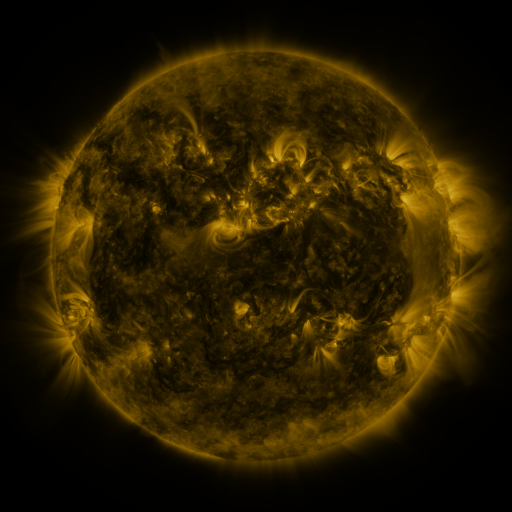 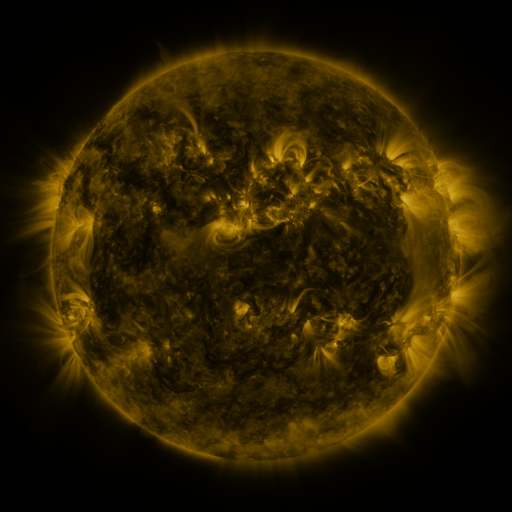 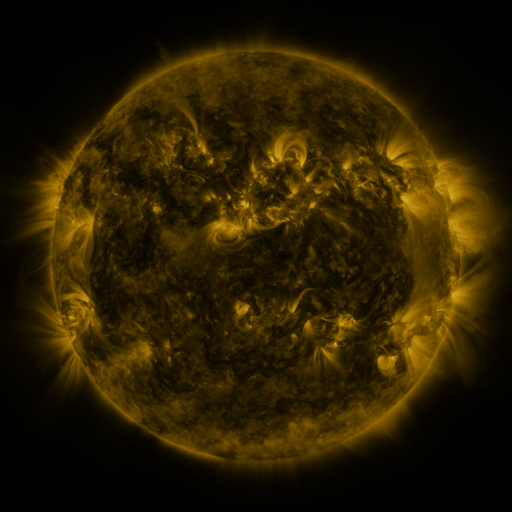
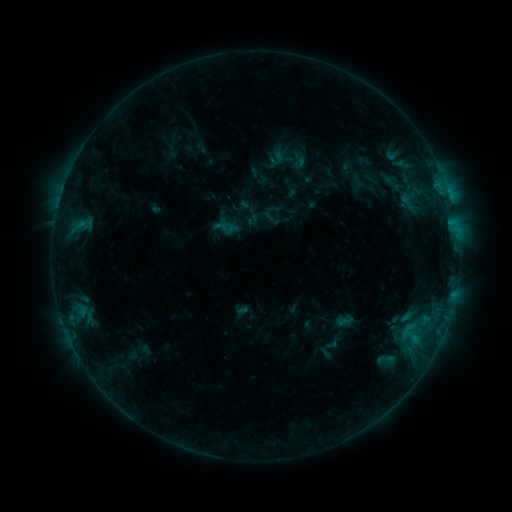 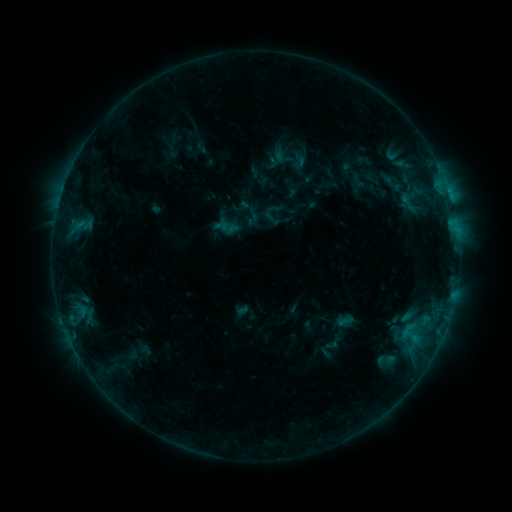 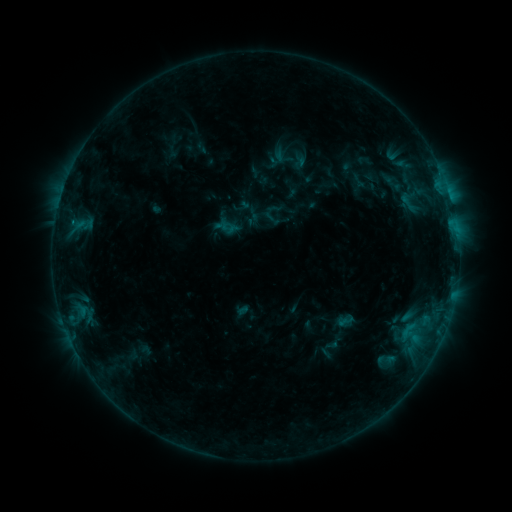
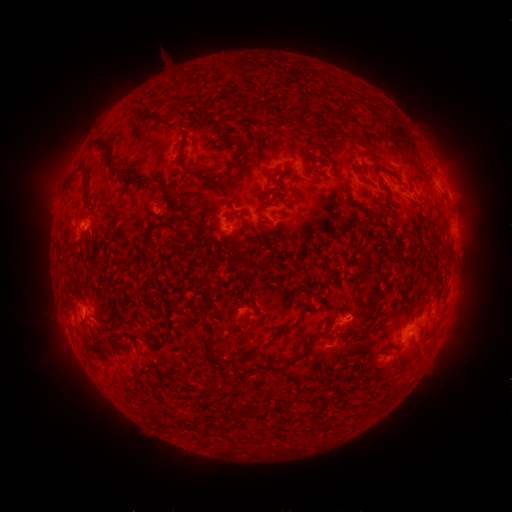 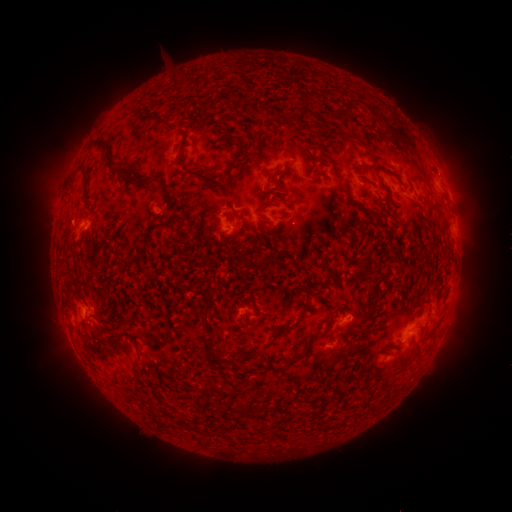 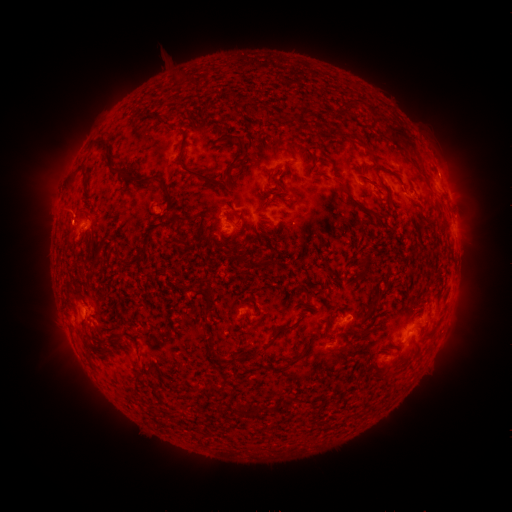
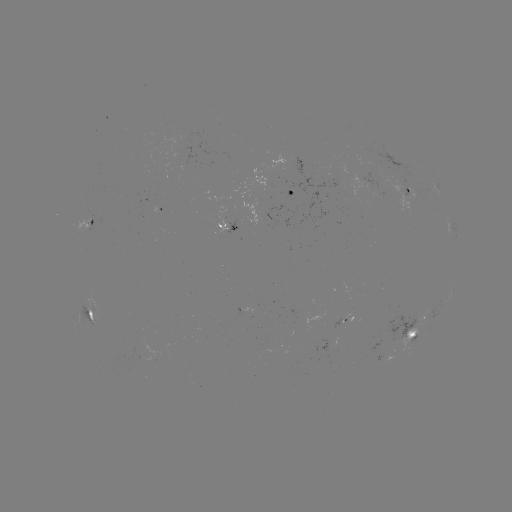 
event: eruption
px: (66, 214)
